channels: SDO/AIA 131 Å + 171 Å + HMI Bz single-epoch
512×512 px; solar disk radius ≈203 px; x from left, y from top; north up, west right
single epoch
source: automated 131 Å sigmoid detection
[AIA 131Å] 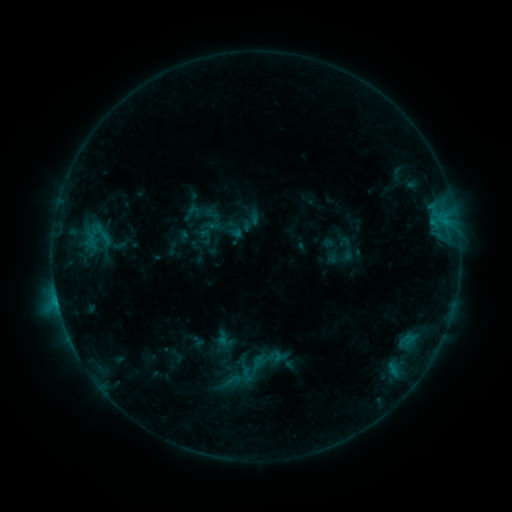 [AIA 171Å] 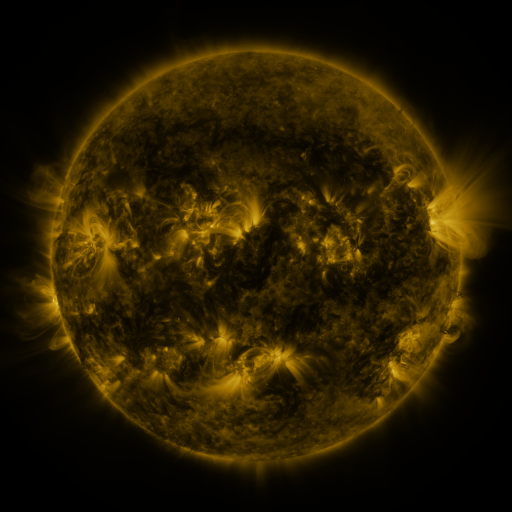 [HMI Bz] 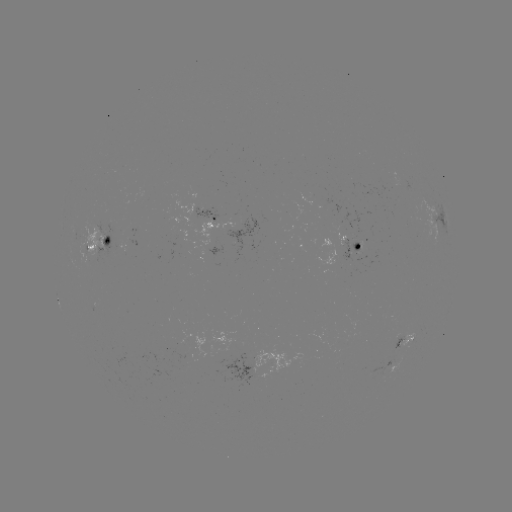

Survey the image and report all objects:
sigmoid: (193, 213)
sigmoid: (232, 381)
